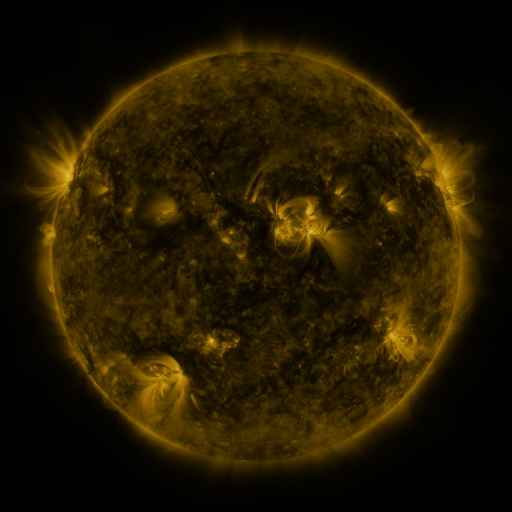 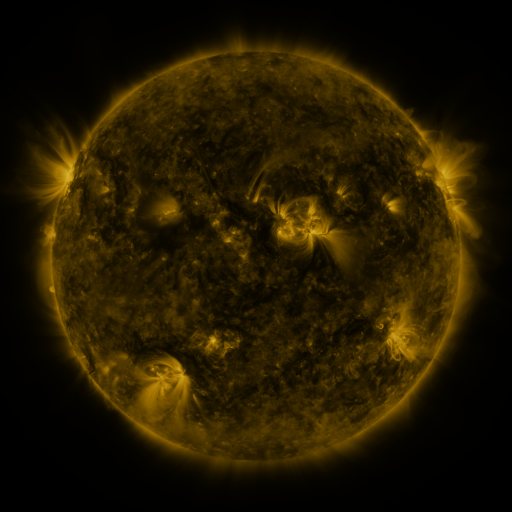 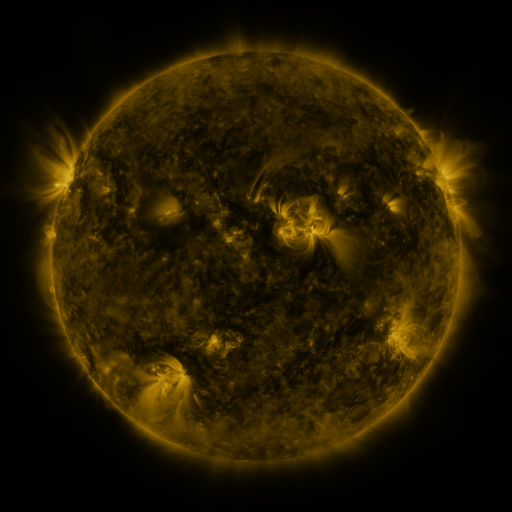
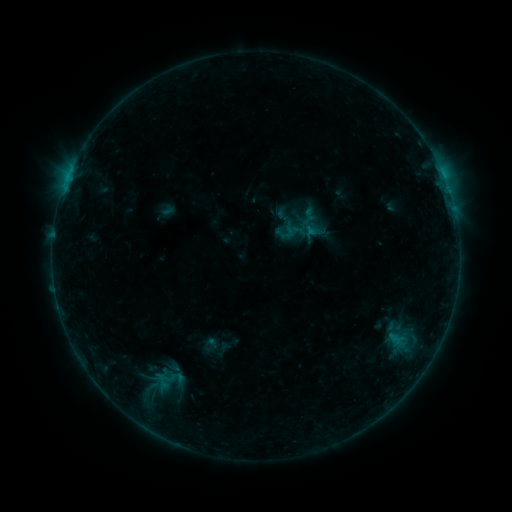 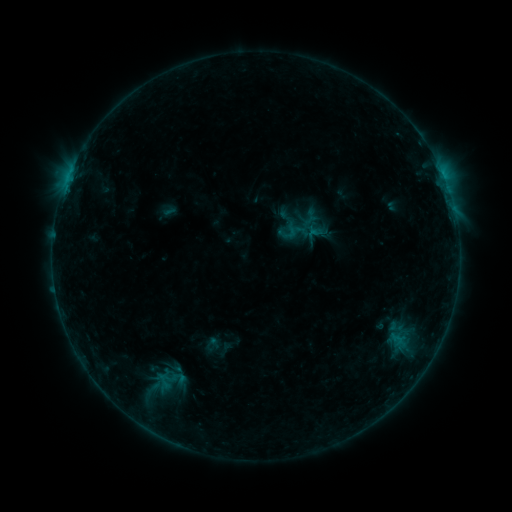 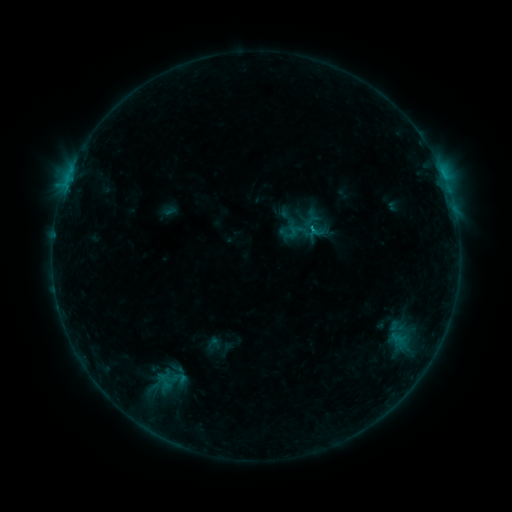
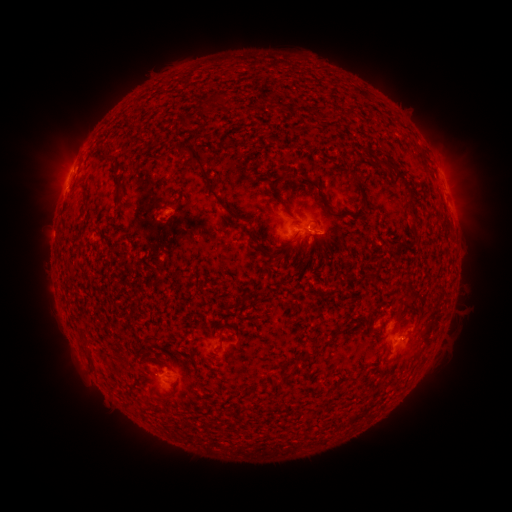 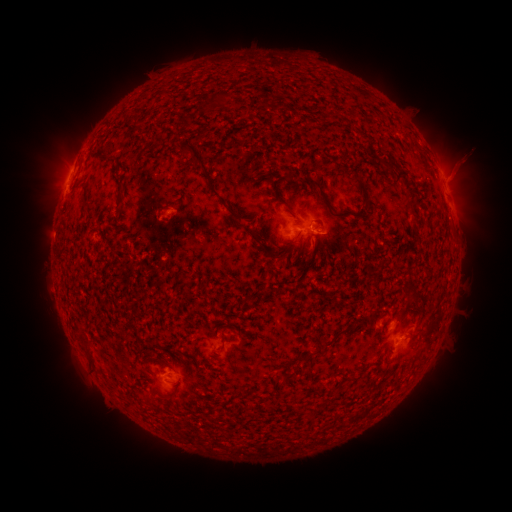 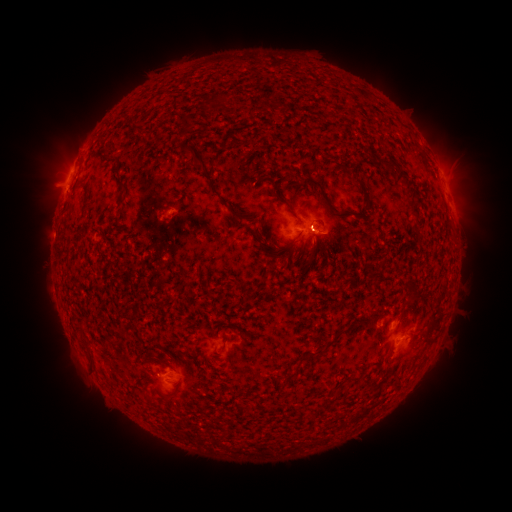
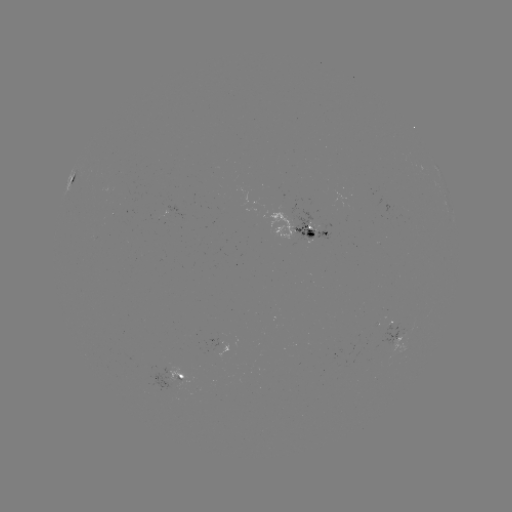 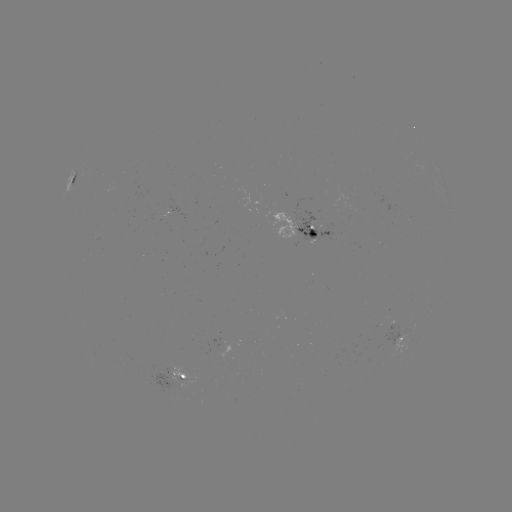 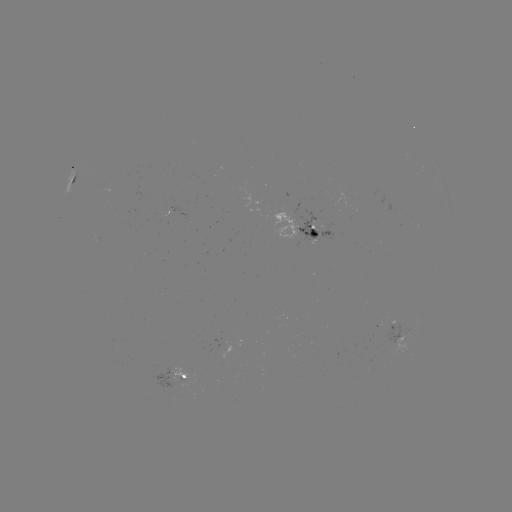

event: emerging-flux region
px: (289, 221)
